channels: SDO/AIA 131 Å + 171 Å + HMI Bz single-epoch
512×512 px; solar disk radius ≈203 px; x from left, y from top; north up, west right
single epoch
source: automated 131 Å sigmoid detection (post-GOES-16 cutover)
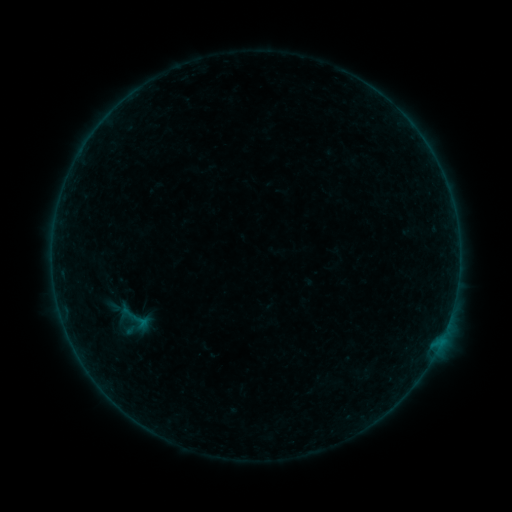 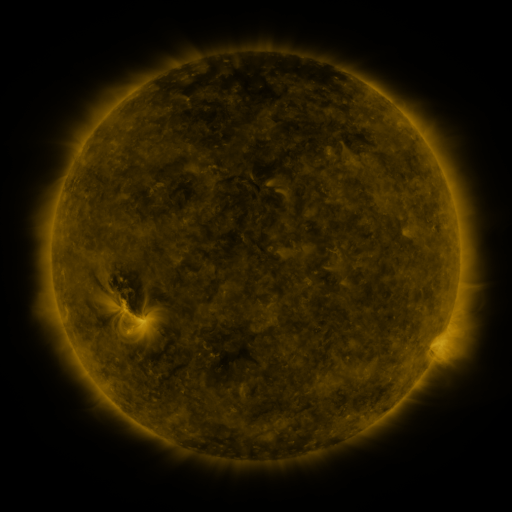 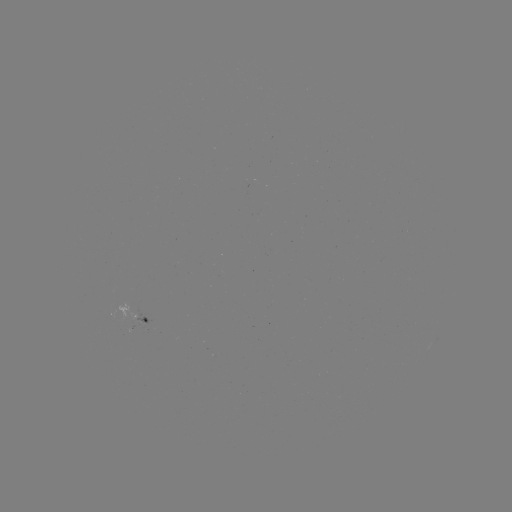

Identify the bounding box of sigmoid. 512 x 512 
[127, 309, 154, 333].